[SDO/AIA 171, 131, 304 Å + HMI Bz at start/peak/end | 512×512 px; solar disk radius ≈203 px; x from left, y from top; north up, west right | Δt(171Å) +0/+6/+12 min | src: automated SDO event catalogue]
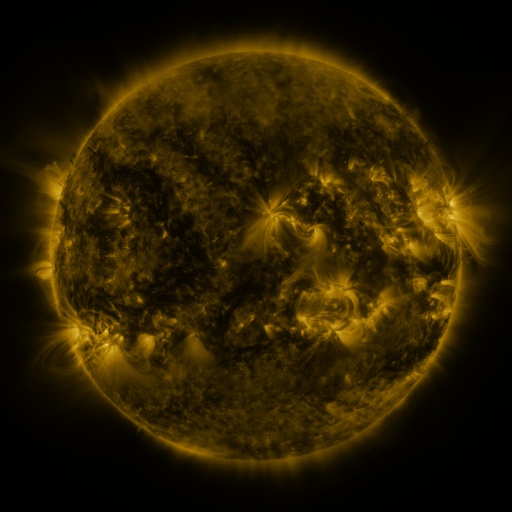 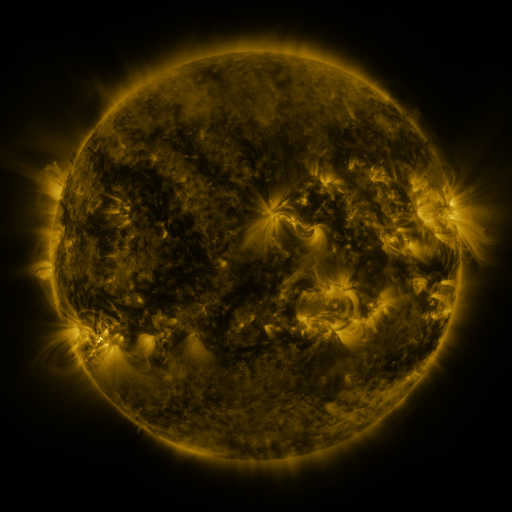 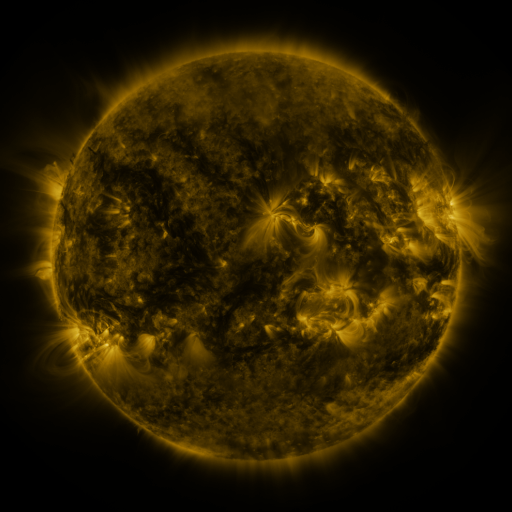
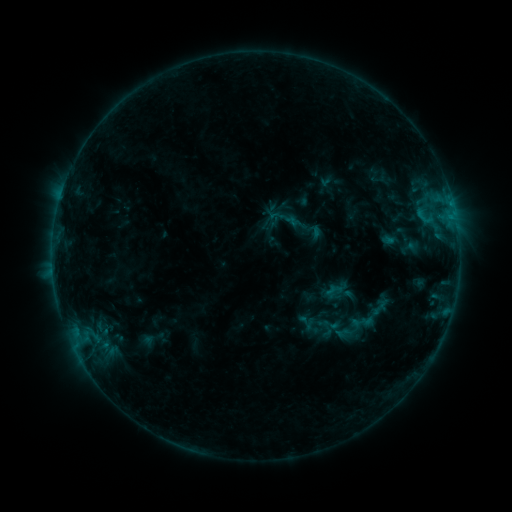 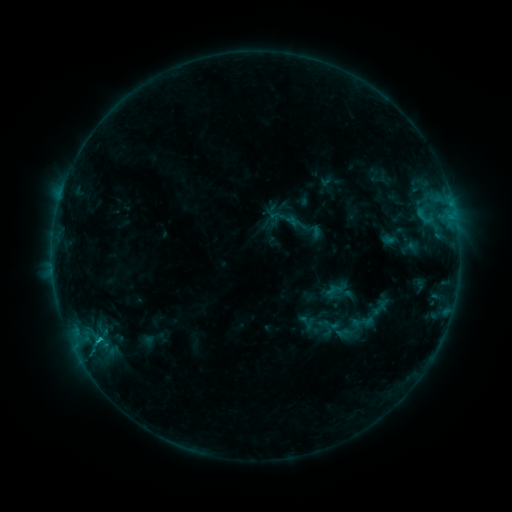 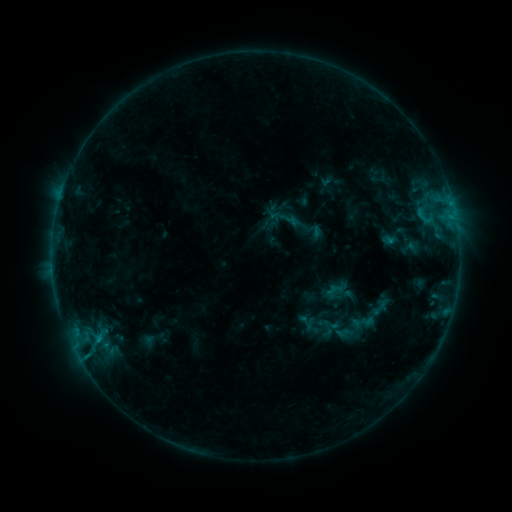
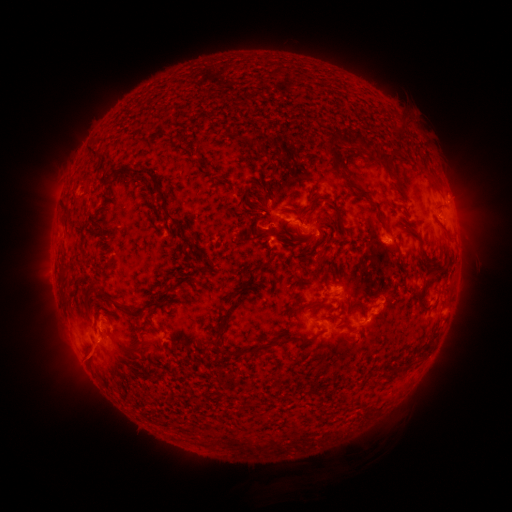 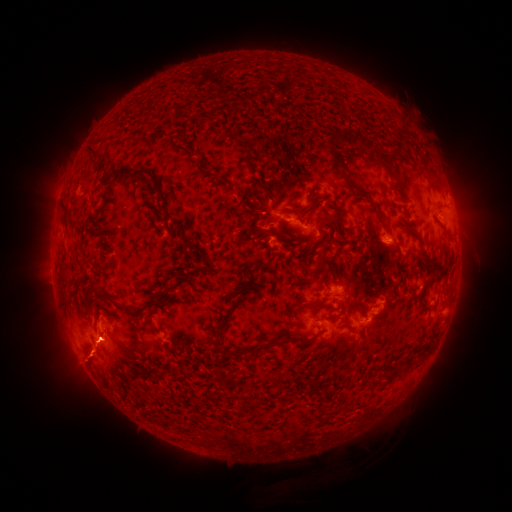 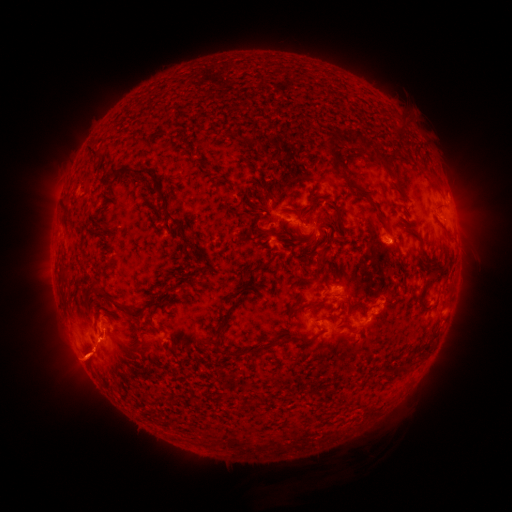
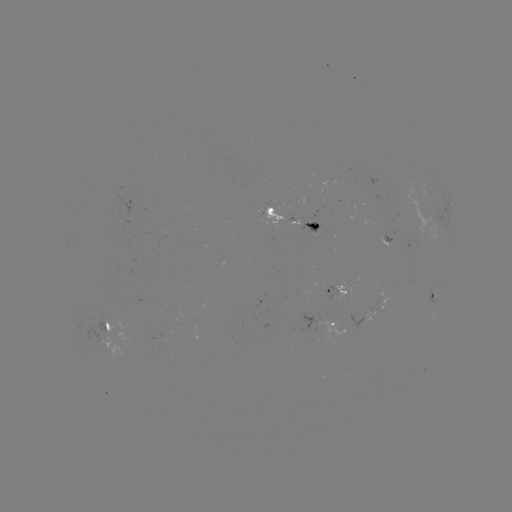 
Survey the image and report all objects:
B7.3 flare: (99, 339)
